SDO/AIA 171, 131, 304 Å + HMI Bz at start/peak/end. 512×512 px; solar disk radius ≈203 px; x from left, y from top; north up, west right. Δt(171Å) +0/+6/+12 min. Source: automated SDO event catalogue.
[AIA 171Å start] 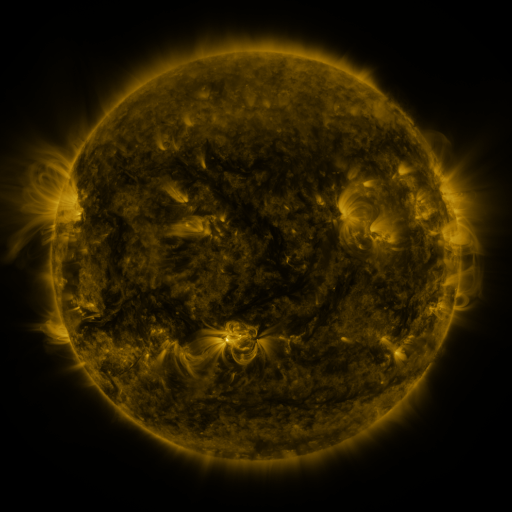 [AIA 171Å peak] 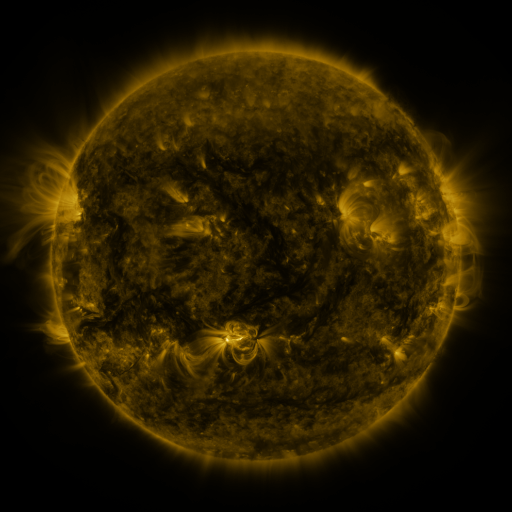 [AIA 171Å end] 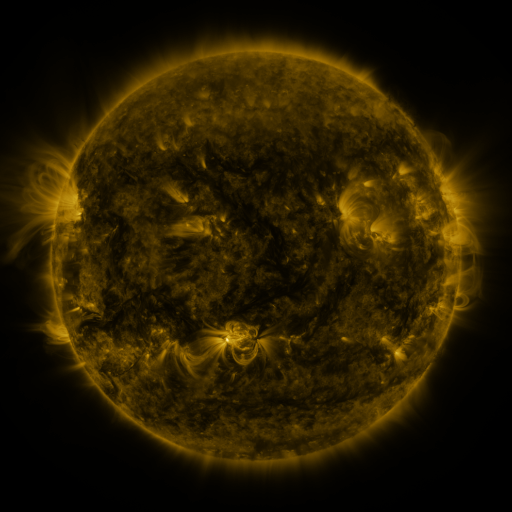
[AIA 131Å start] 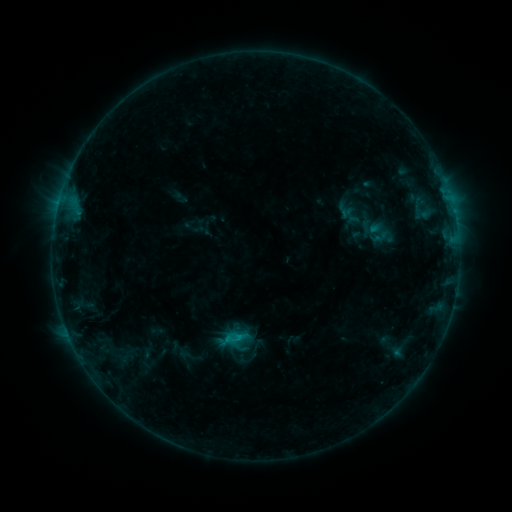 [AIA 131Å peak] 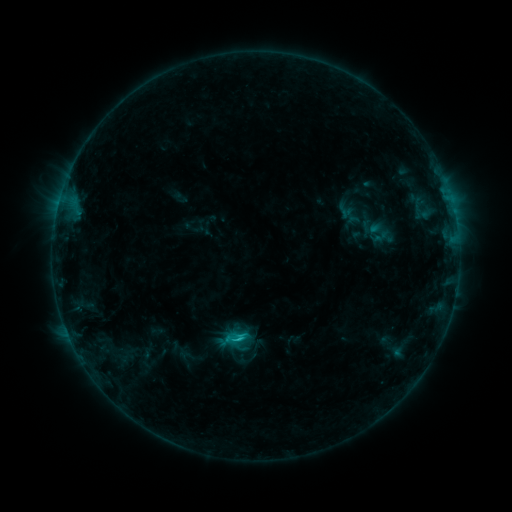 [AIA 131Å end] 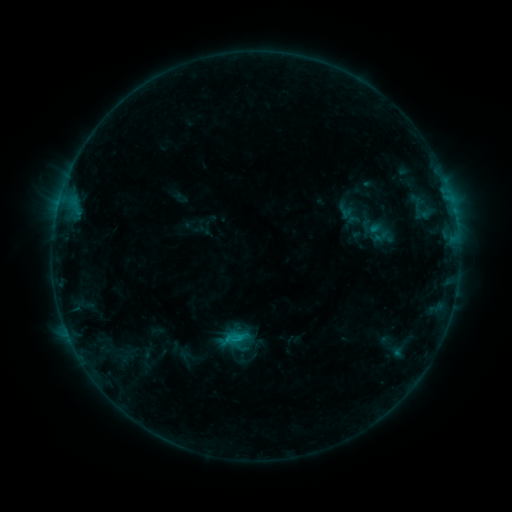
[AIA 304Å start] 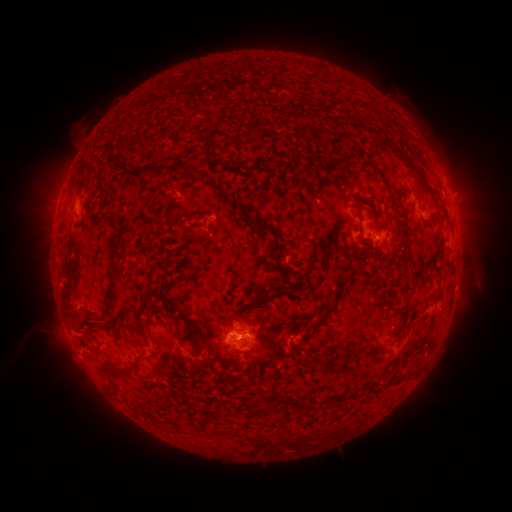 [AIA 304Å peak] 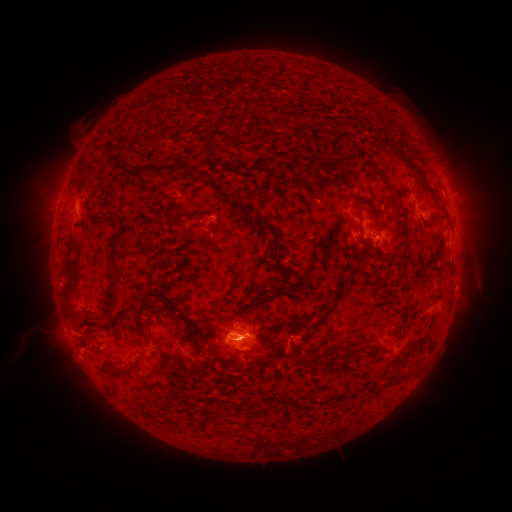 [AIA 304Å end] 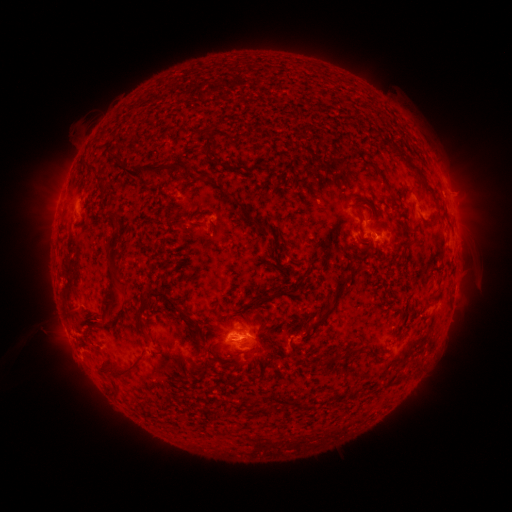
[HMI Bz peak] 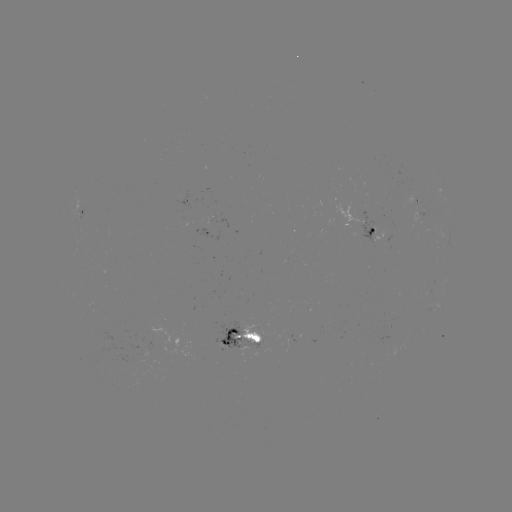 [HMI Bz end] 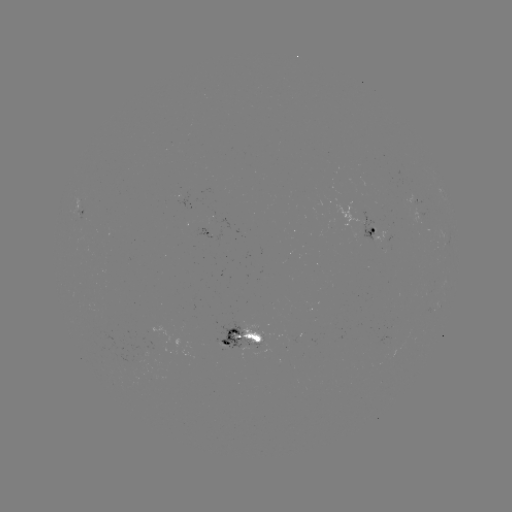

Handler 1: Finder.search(C1.0 flare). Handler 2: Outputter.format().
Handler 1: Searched C1.0 flare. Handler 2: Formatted [239, 339].